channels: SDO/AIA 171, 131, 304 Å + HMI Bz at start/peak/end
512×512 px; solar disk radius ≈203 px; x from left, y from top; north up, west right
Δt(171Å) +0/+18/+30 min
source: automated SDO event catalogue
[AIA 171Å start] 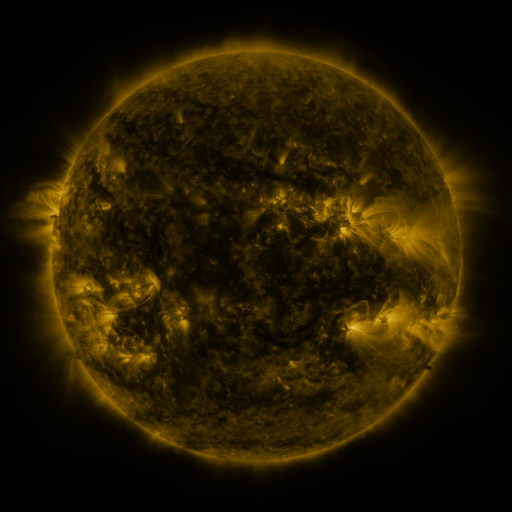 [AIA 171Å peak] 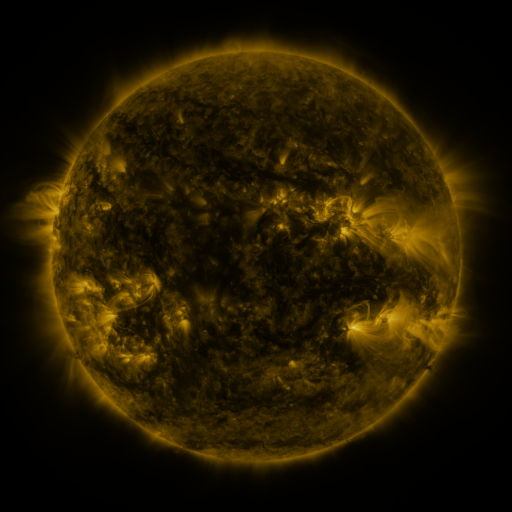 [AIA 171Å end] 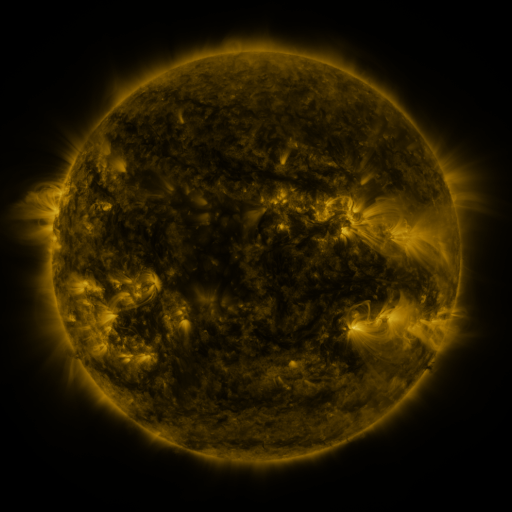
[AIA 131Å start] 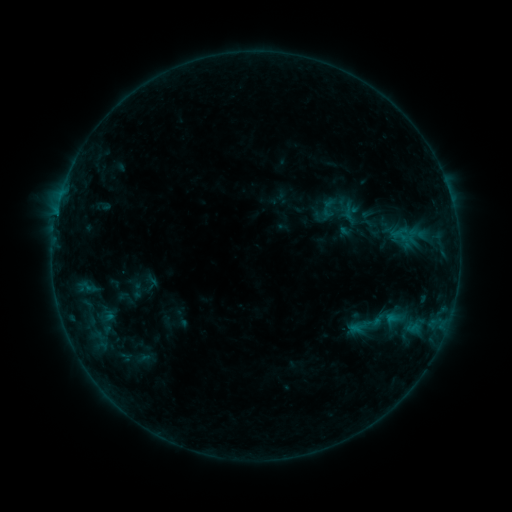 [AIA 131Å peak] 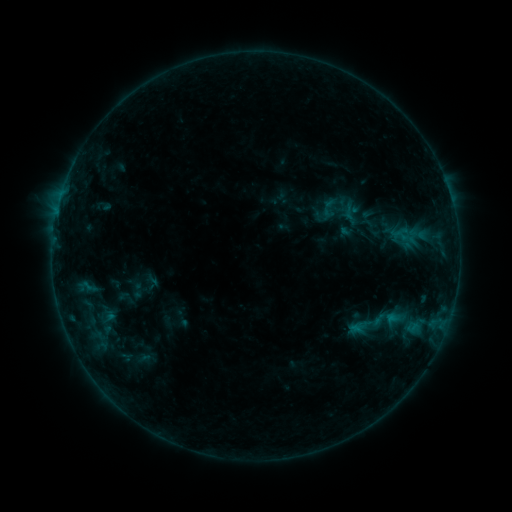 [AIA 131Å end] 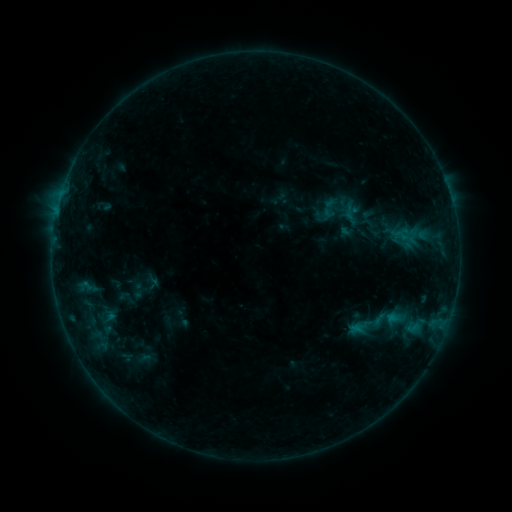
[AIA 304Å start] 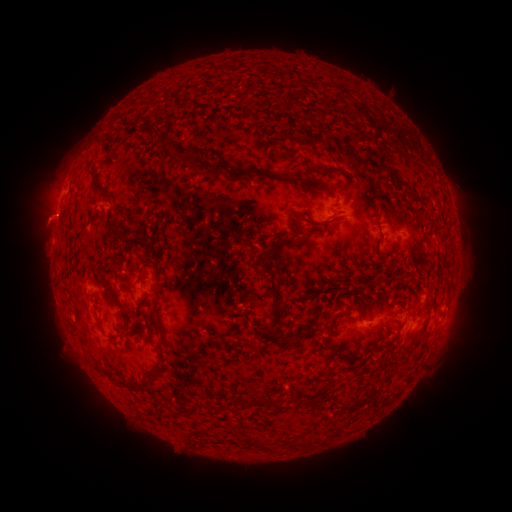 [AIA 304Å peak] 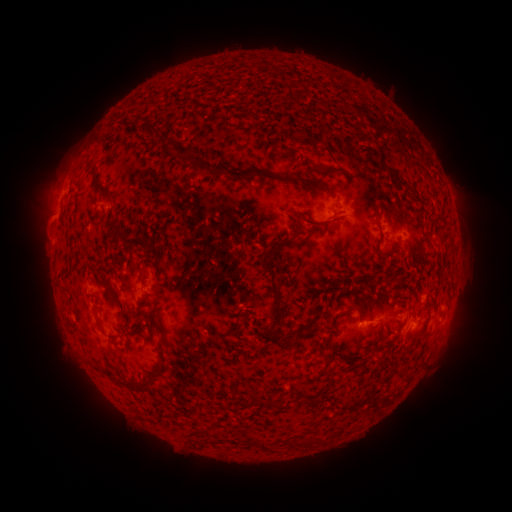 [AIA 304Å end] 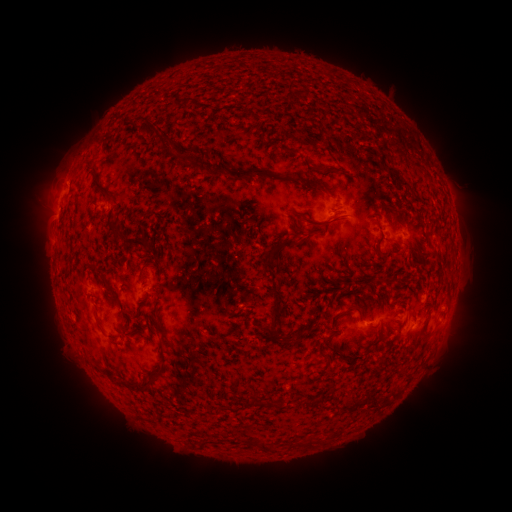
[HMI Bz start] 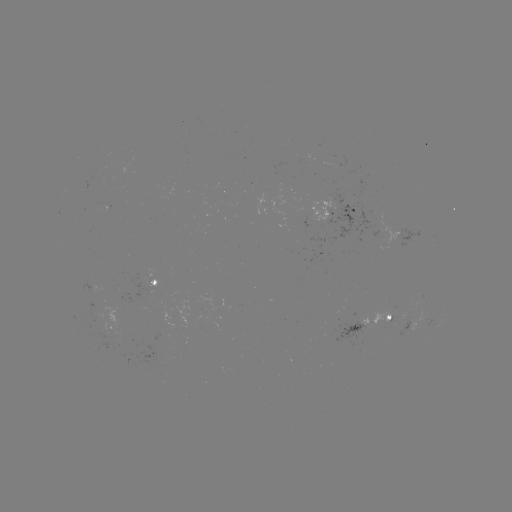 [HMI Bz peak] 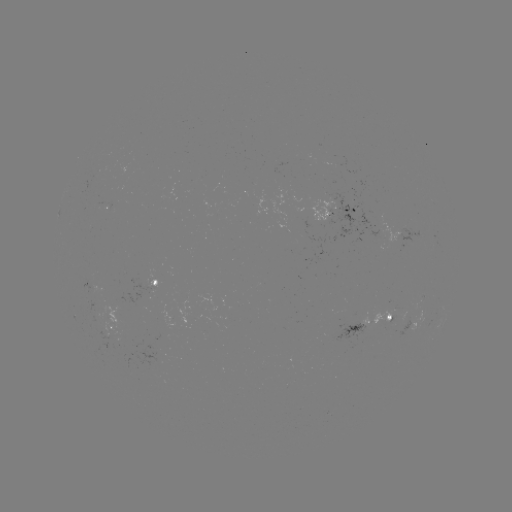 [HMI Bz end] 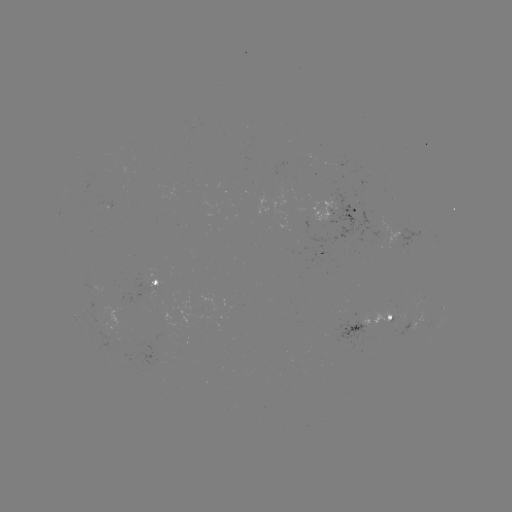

no catalogued flare and no flagged EUV brightening in this window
